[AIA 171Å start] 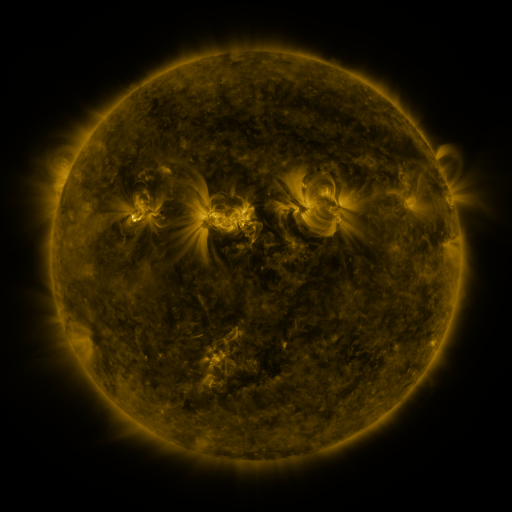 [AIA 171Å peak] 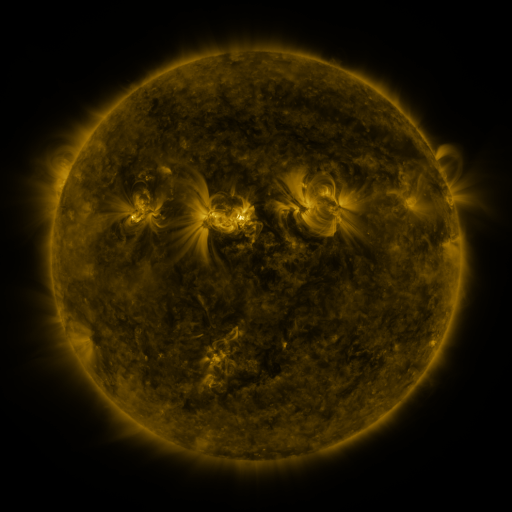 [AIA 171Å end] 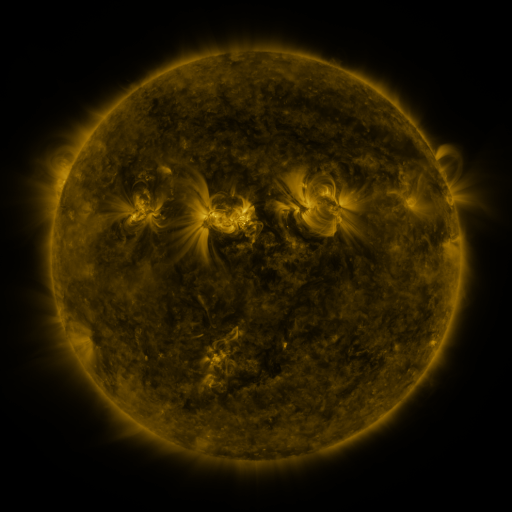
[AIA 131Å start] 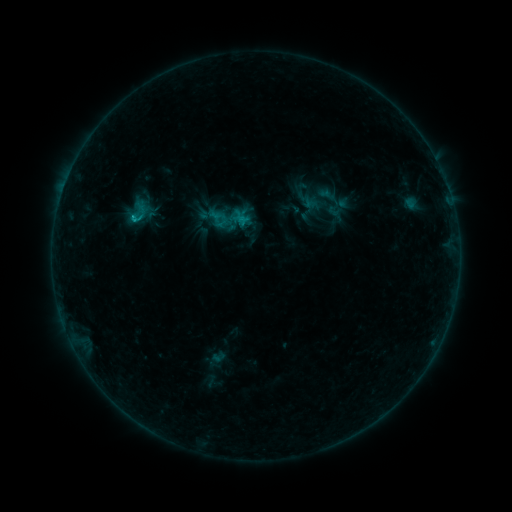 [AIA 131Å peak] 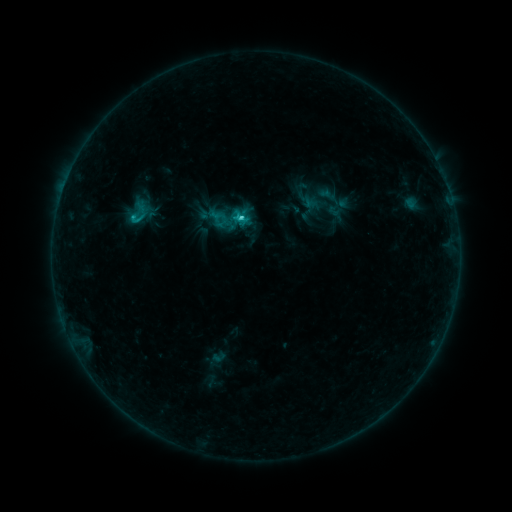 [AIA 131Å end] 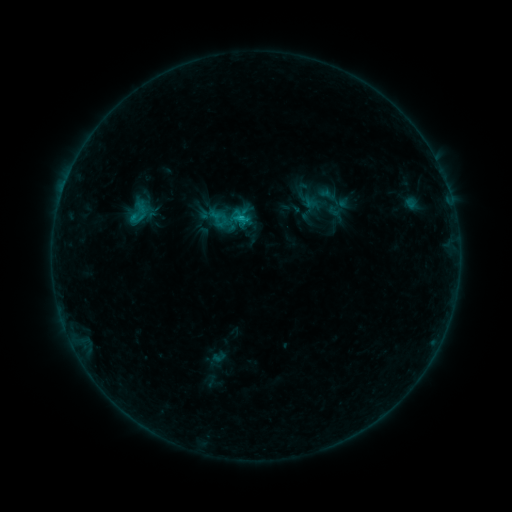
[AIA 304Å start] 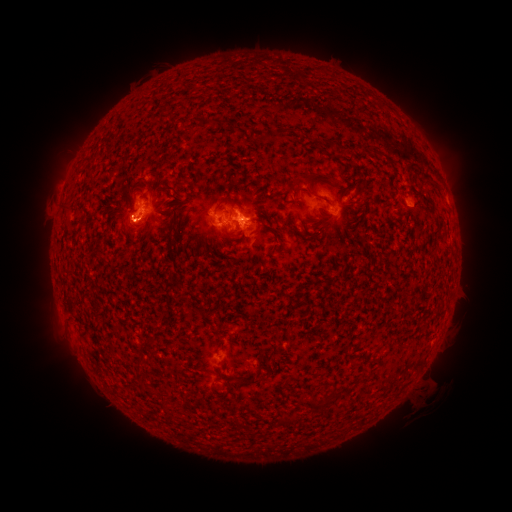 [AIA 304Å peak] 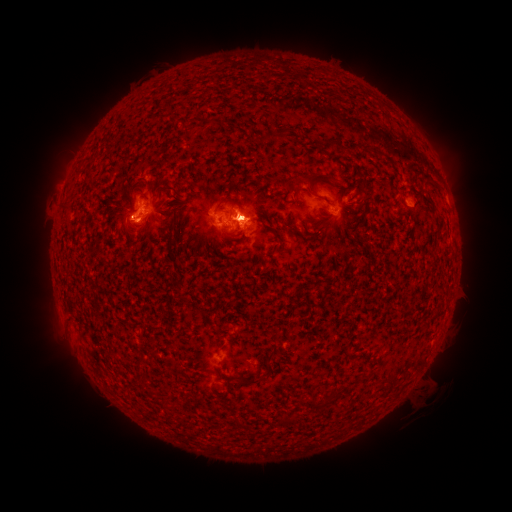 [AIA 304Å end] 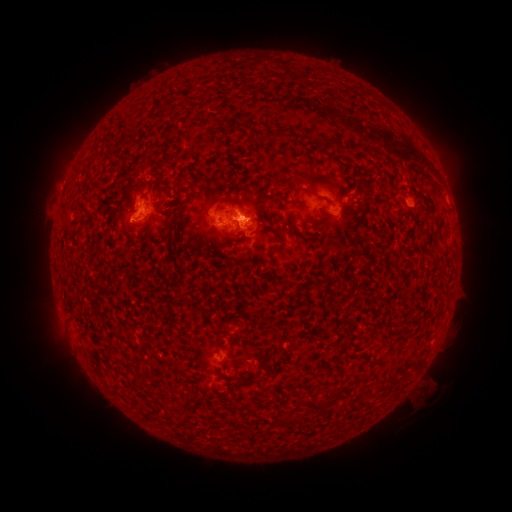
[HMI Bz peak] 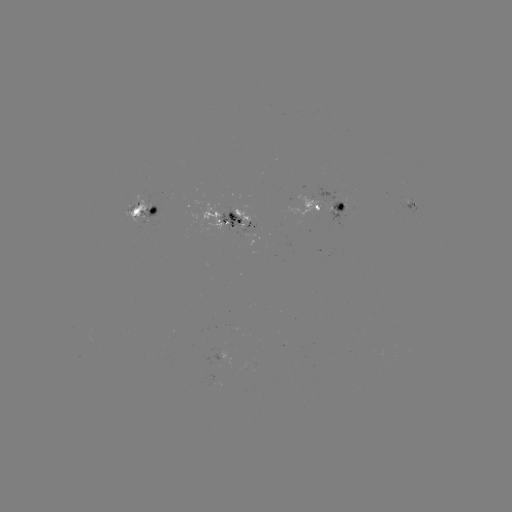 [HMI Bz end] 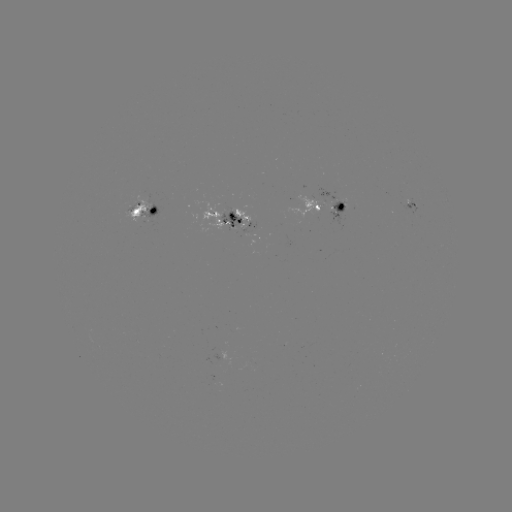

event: flare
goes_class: C1.5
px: (134, 219)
